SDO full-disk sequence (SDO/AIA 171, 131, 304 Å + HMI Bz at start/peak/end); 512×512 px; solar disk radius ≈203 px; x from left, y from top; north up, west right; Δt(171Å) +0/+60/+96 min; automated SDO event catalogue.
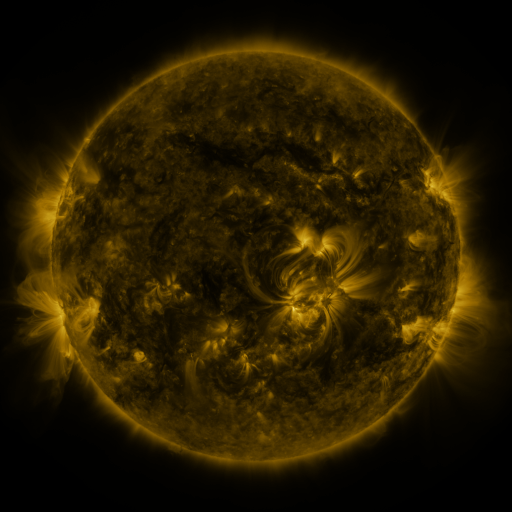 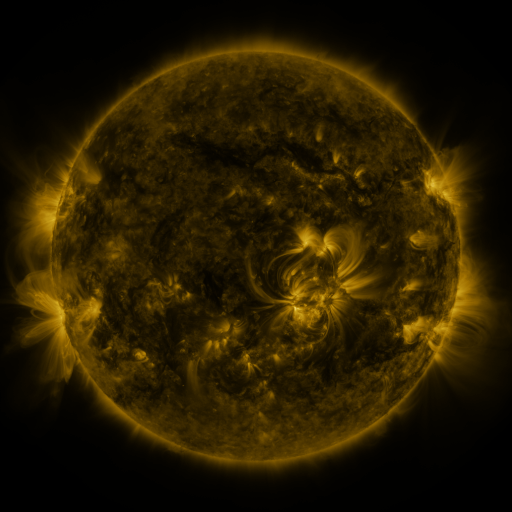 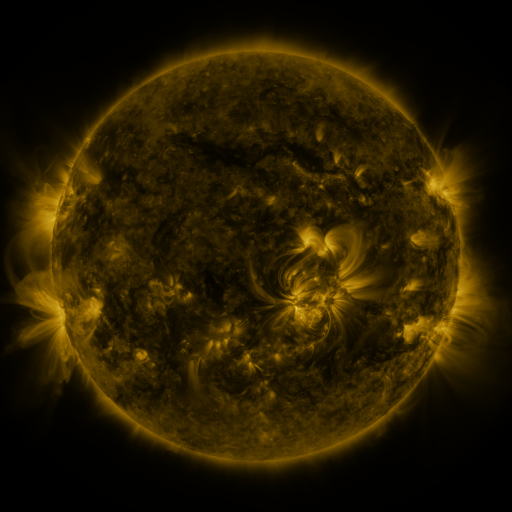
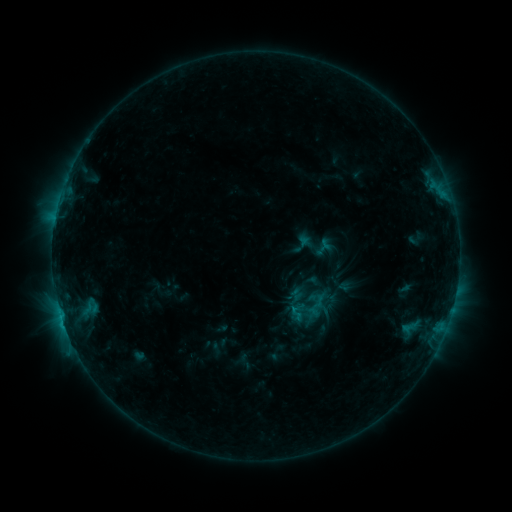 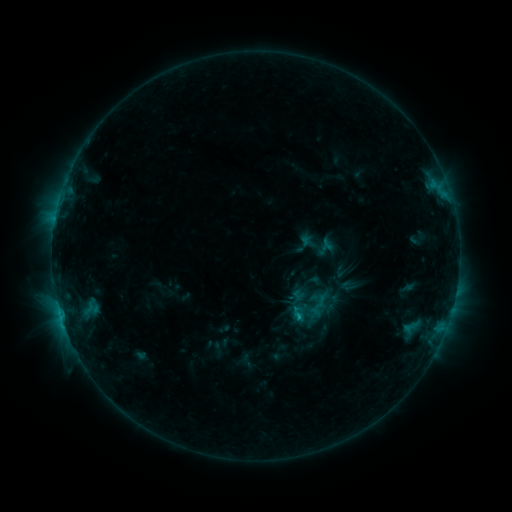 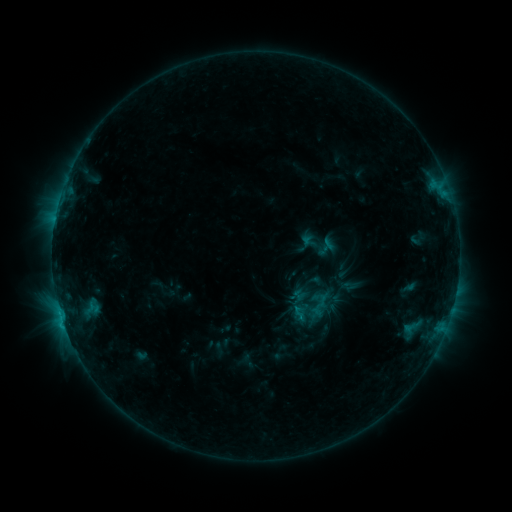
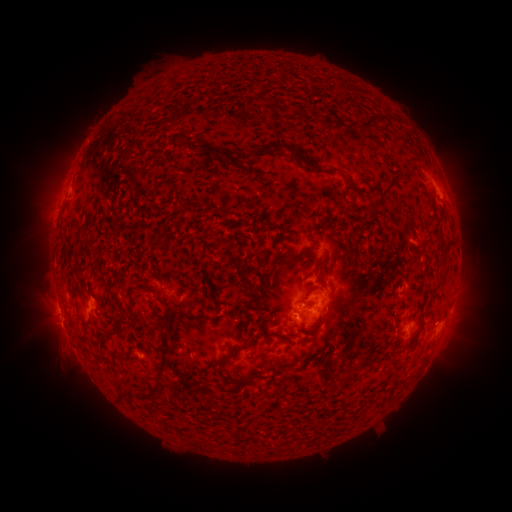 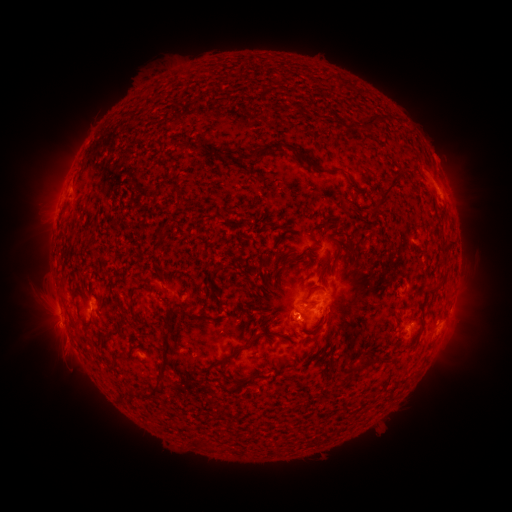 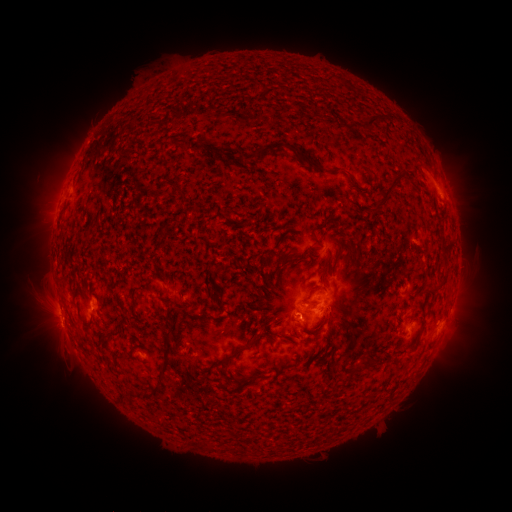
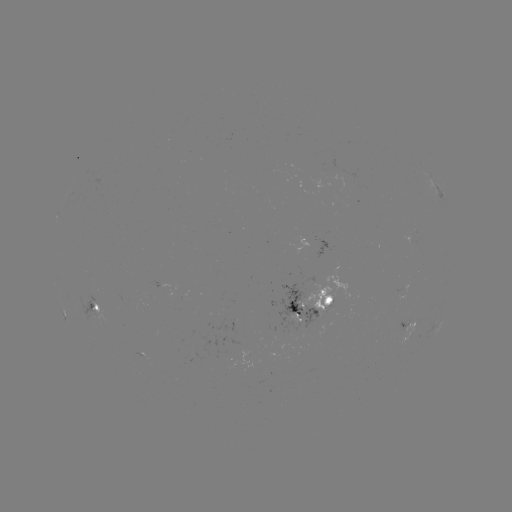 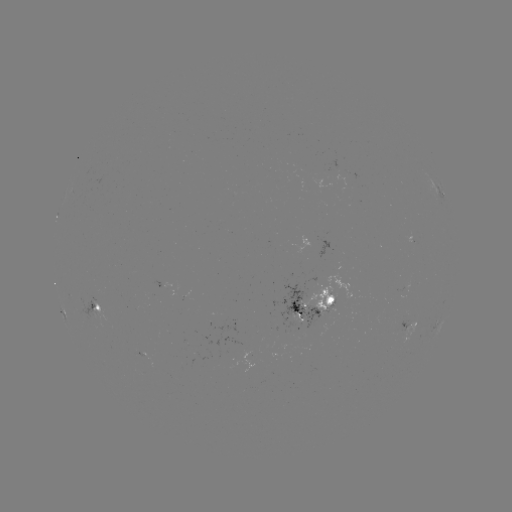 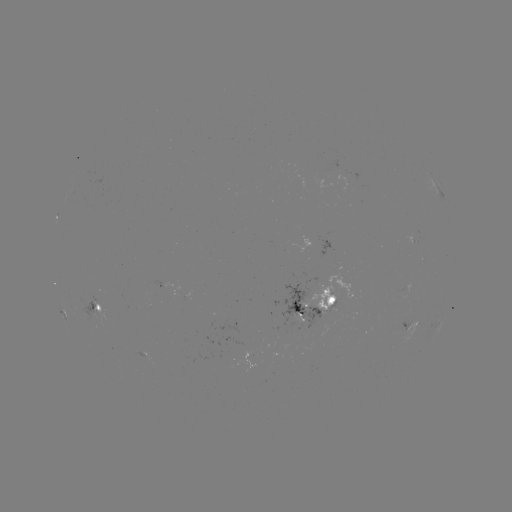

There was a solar emerging-flux region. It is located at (316, 315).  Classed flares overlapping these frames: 1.